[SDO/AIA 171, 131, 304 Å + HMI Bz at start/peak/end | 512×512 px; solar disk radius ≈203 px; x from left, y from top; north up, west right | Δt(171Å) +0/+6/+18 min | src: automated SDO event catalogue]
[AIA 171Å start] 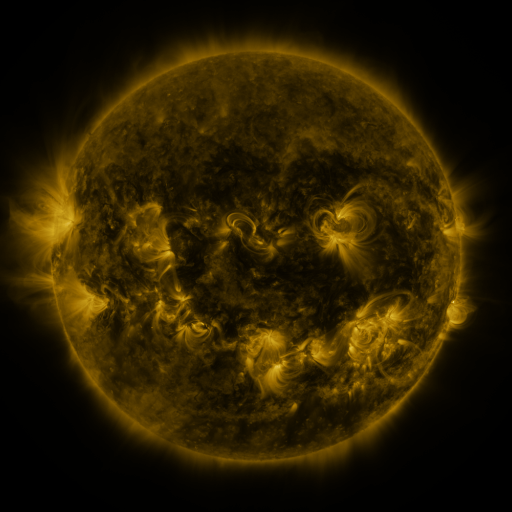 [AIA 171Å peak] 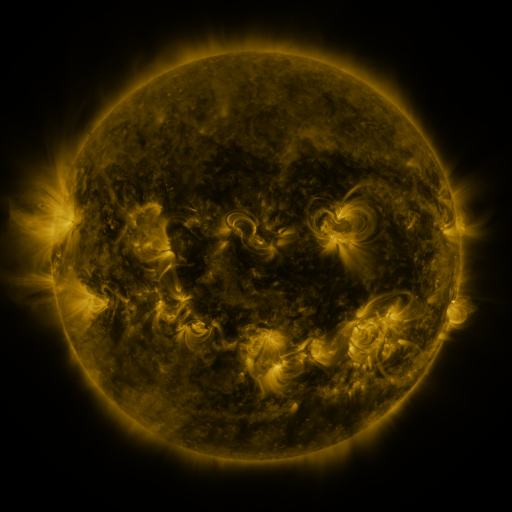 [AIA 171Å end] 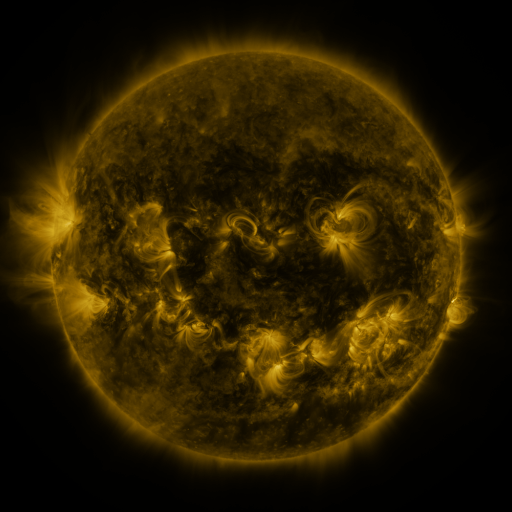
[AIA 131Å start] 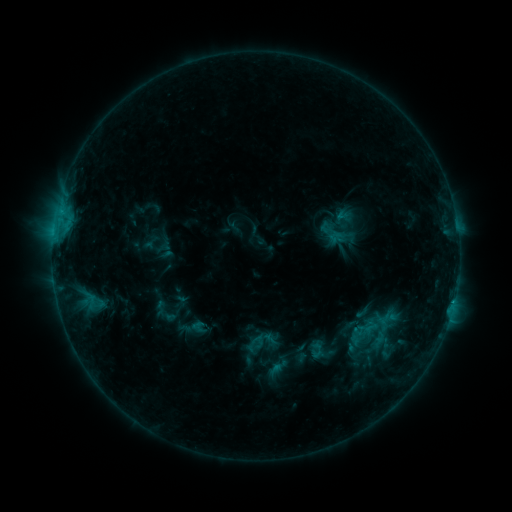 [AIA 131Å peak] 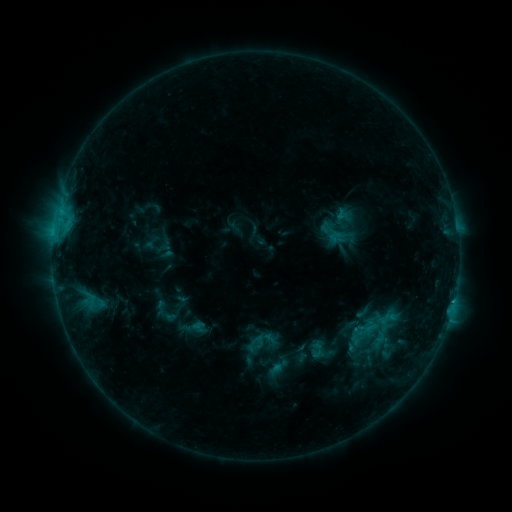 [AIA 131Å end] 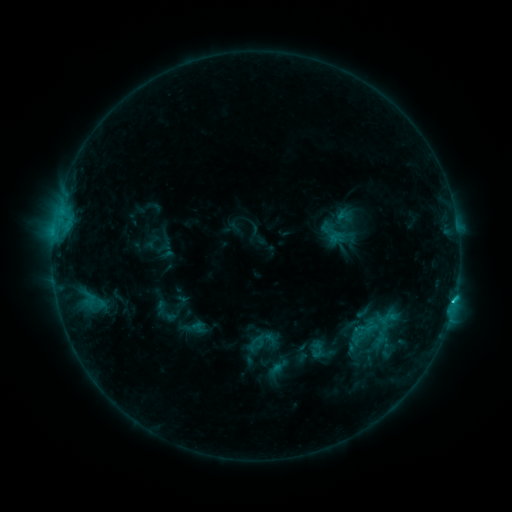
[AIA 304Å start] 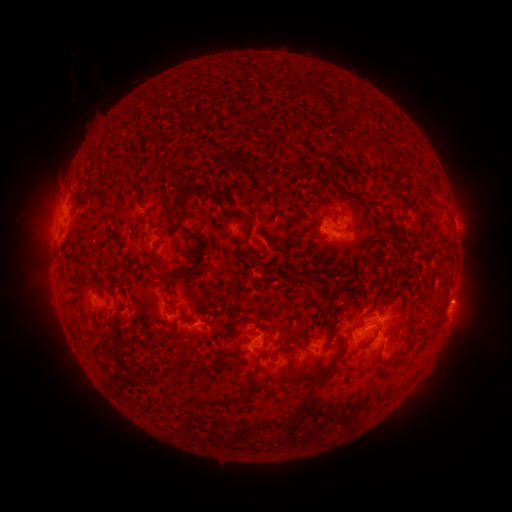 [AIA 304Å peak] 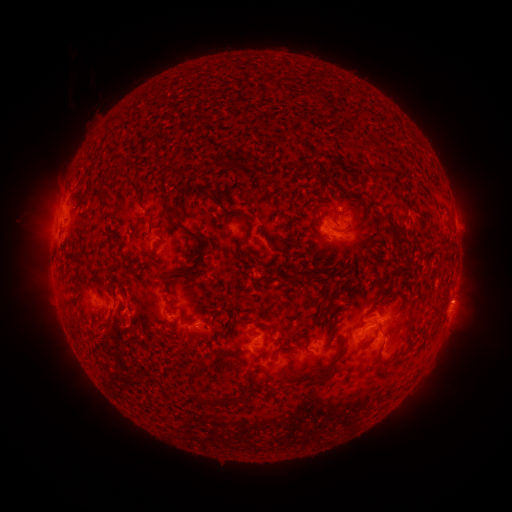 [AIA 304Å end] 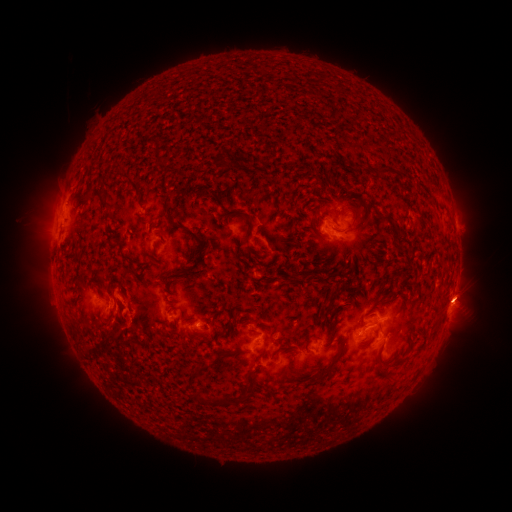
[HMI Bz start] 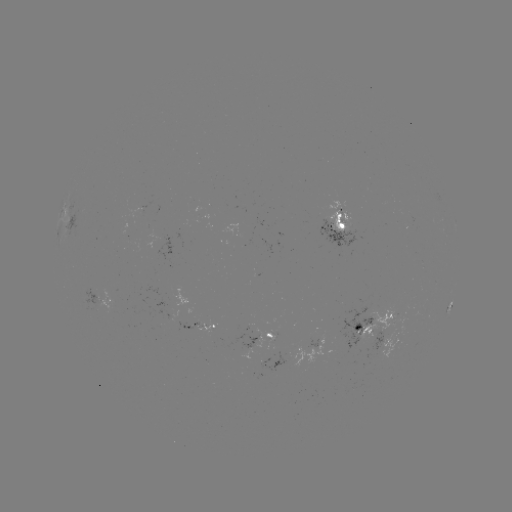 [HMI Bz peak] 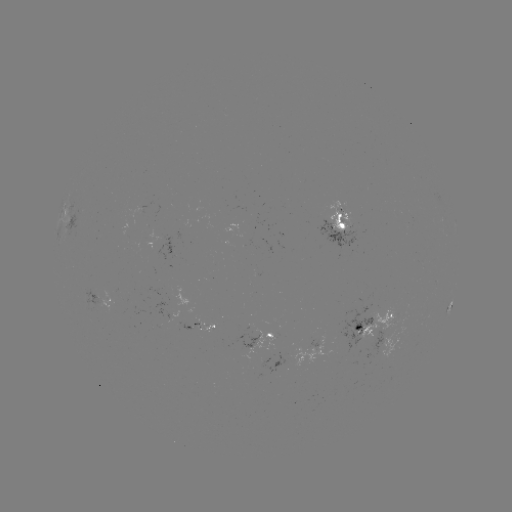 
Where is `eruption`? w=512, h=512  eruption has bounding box [72, 303, 126, 367].